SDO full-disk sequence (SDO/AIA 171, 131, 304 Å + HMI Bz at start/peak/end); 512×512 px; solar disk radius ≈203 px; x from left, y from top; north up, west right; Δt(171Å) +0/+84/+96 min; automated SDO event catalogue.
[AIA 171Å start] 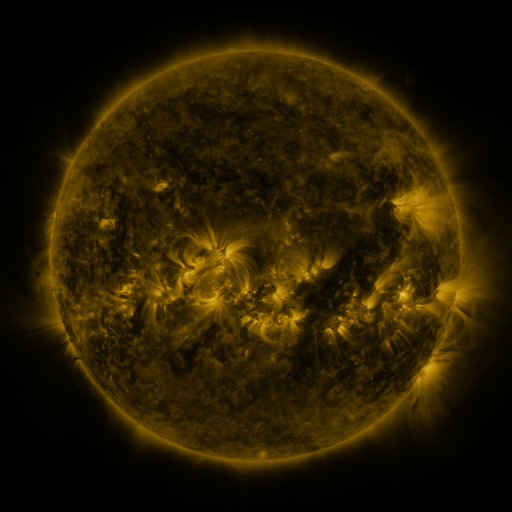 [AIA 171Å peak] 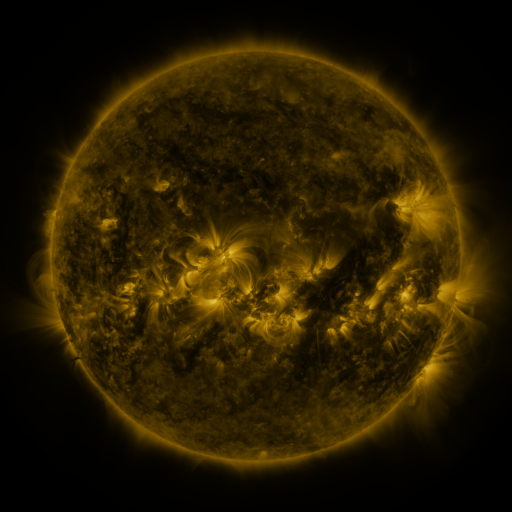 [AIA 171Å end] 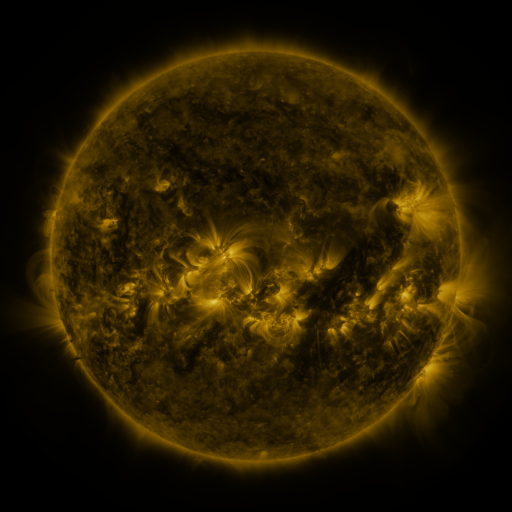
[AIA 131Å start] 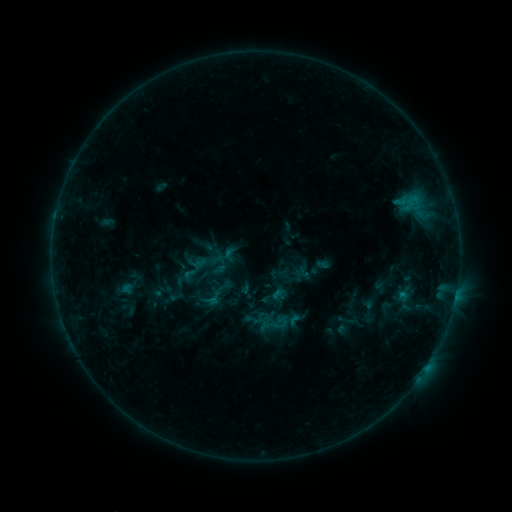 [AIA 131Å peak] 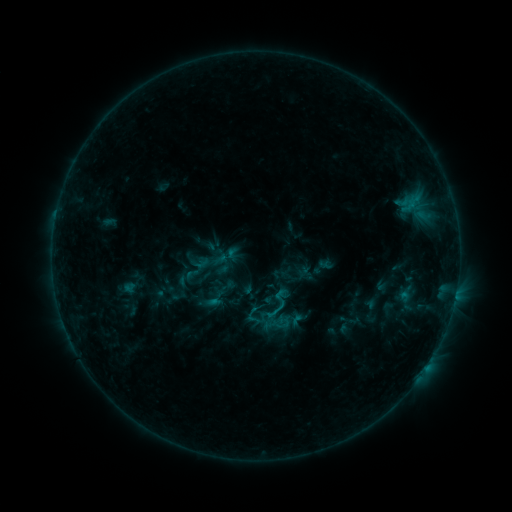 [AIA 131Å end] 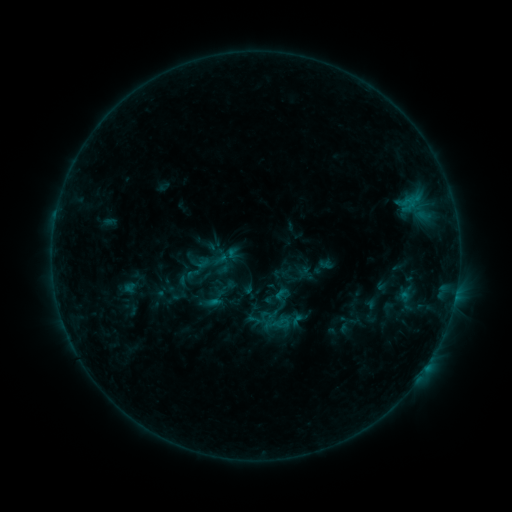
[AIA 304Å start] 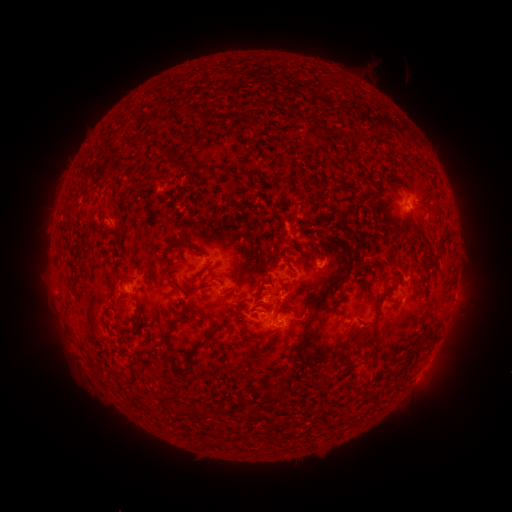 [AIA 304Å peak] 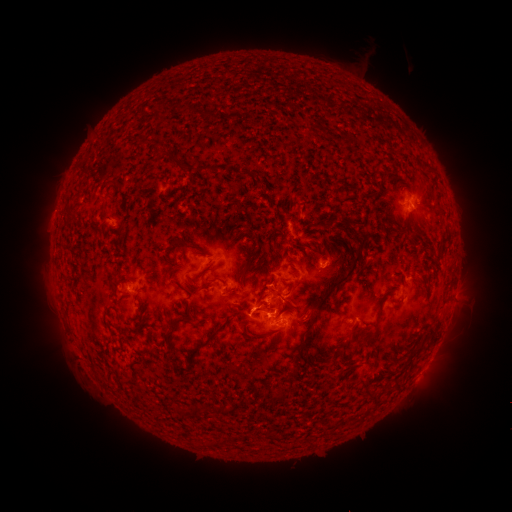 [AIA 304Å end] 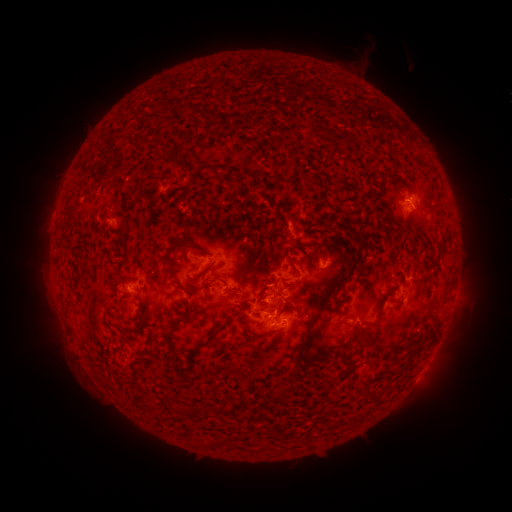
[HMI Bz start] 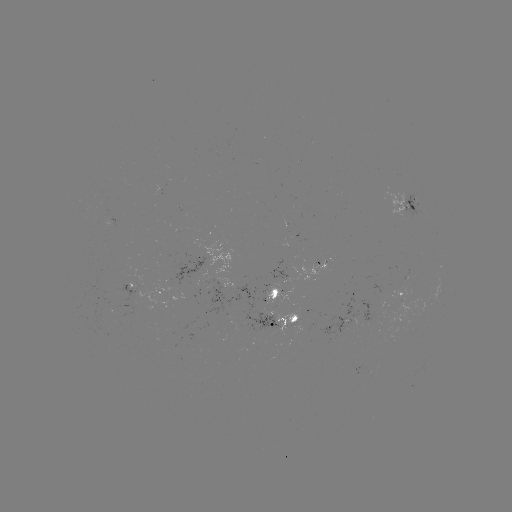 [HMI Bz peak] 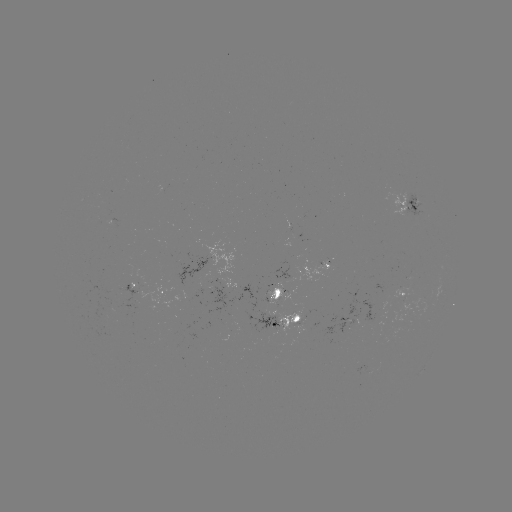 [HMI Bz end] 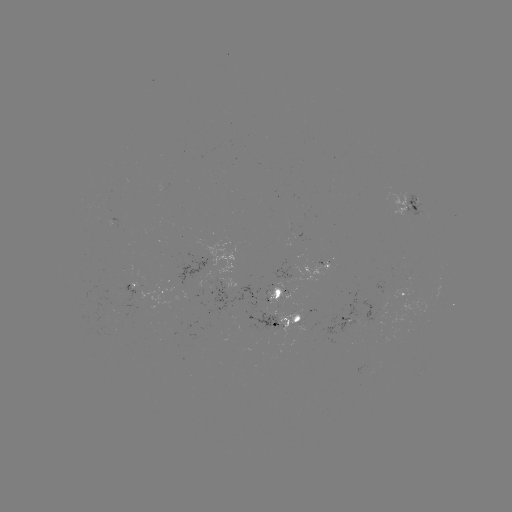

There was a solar emerging-flux region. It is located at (280, 310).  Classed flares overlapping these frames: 1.